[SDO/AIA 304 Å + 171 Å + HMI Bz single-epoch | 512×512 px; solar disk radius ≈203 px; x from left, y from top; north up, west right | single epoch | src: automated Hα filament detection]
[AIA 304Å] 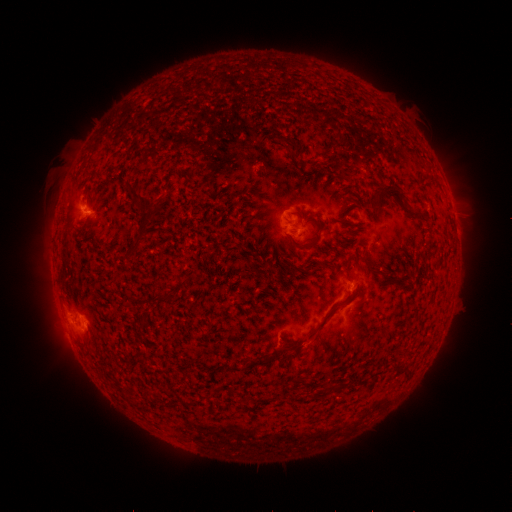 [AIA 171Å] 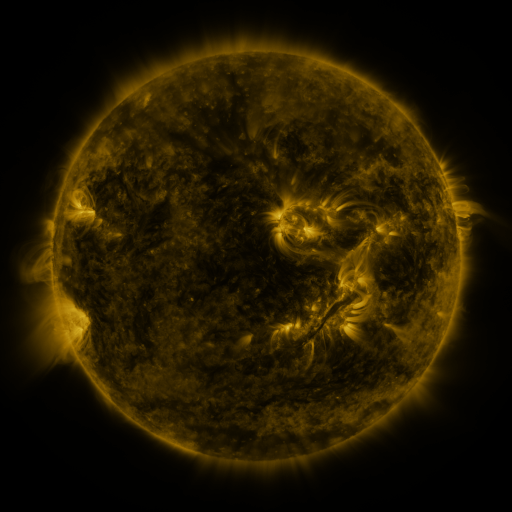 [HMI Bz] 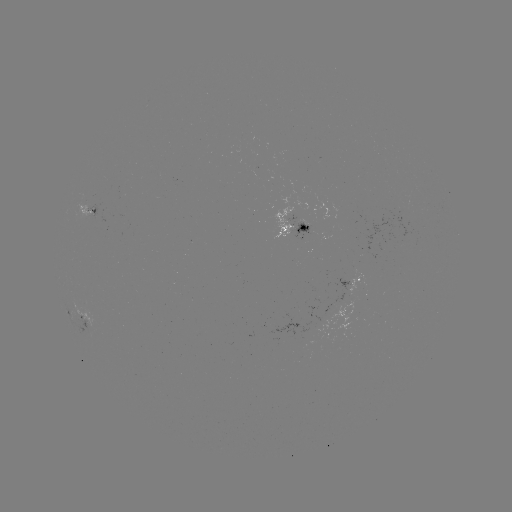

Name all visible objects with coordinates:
filament: (277, 136, 298, 153)
filament: (310, 159, 318, 168)
filament: (125, 181, 153, 222)
filament: (374, 183, 425, 218)
filament: (304, 217, 322, 226)
filament: (294, 228, 320, 249)
filament: (133, 231, 147, 243)
filament: (379, 270, 396, 284)
filament: (149, 291, 172, 303)
filament: (282, 292, 354, 350)
filament: (246, 353, 270, 370)
filament: (139, 355, 148, 367)
filament: (232, 360, 243, 372)
